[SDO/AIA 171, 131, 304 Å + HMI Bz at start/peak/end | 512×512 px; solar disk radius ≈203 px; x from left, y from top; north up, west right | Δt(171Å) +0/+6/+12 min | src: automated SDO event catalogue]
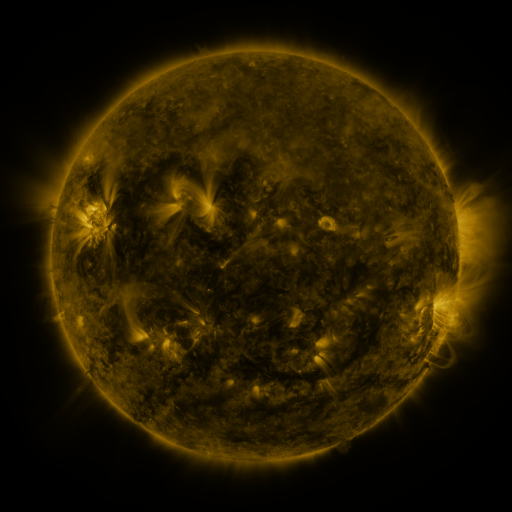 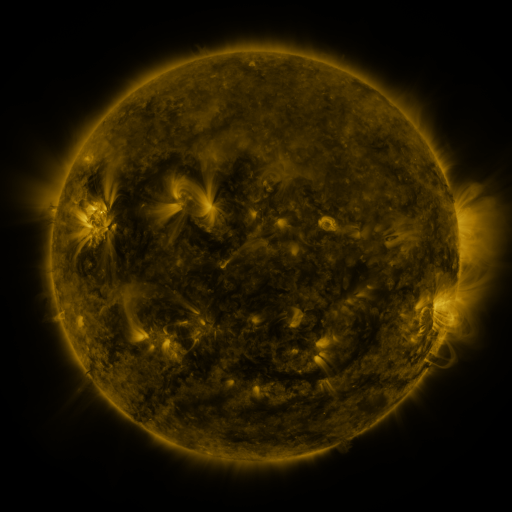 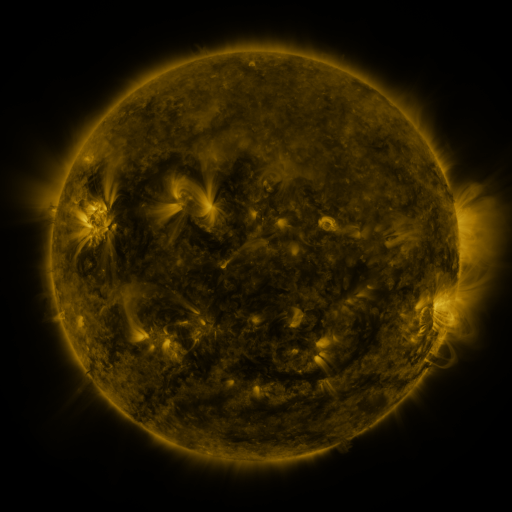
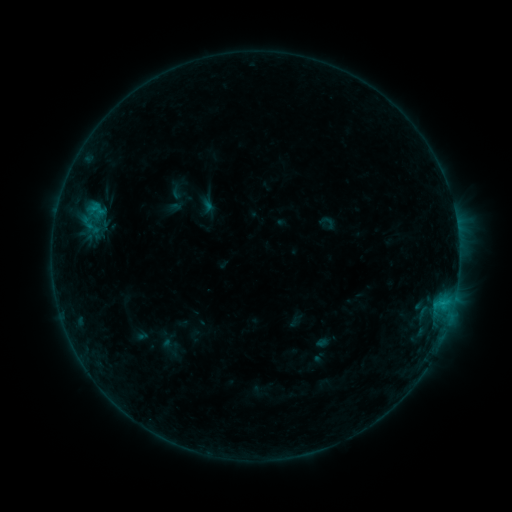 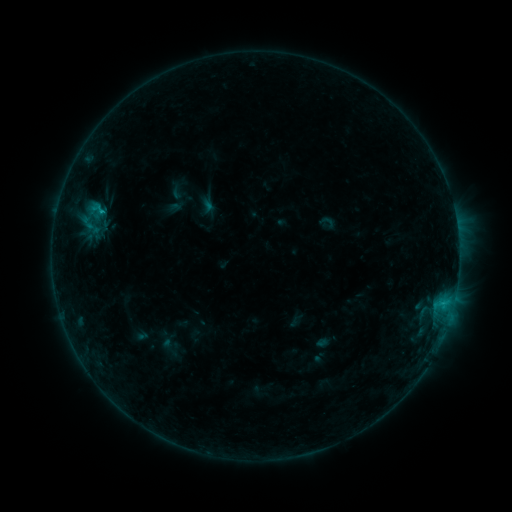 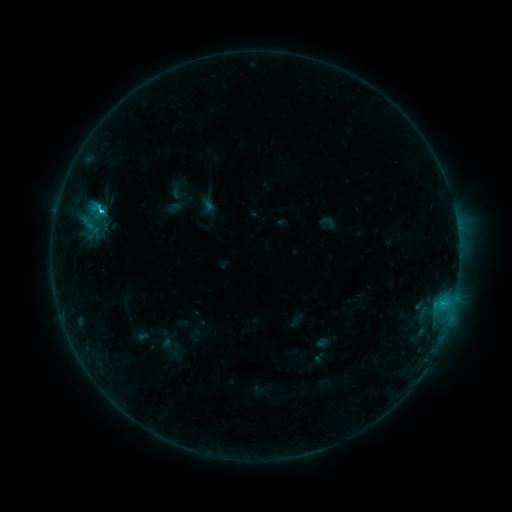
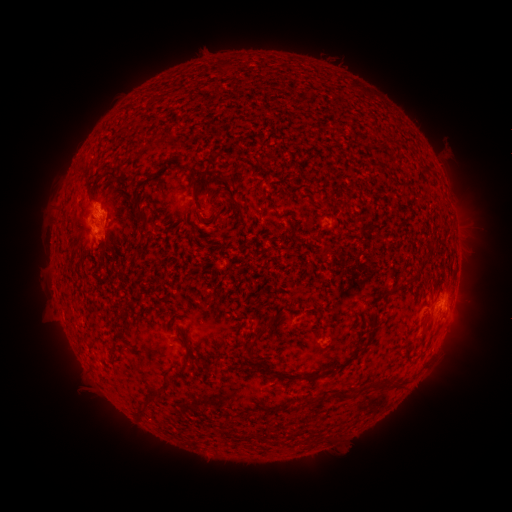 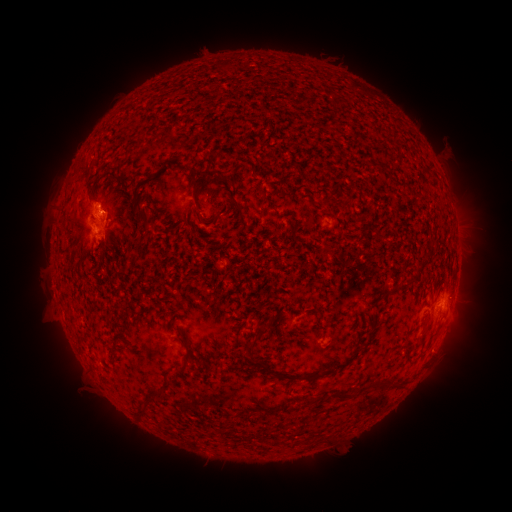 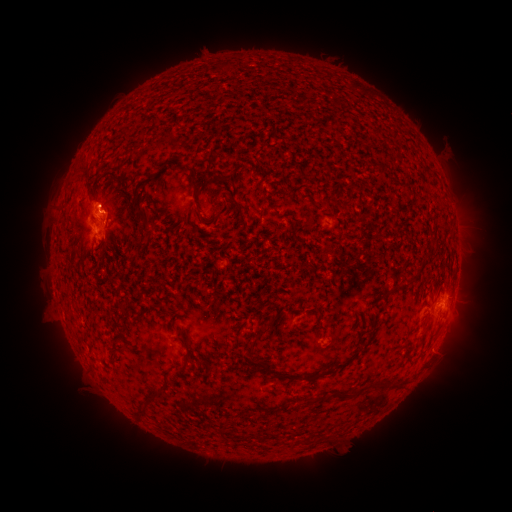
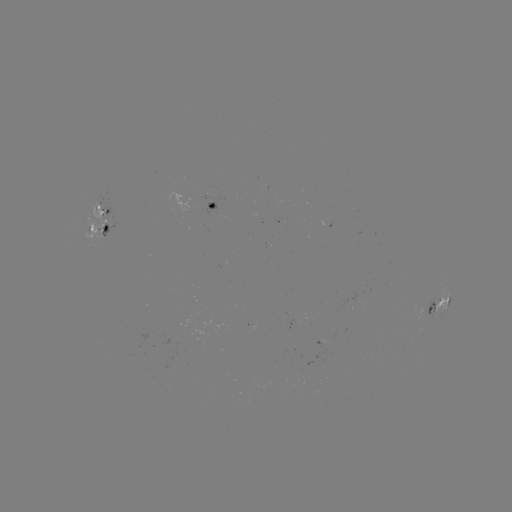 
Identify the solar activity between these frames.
C1.3 flare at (103, 215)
